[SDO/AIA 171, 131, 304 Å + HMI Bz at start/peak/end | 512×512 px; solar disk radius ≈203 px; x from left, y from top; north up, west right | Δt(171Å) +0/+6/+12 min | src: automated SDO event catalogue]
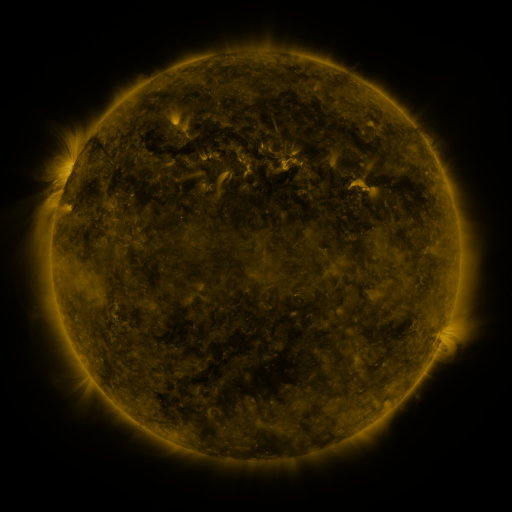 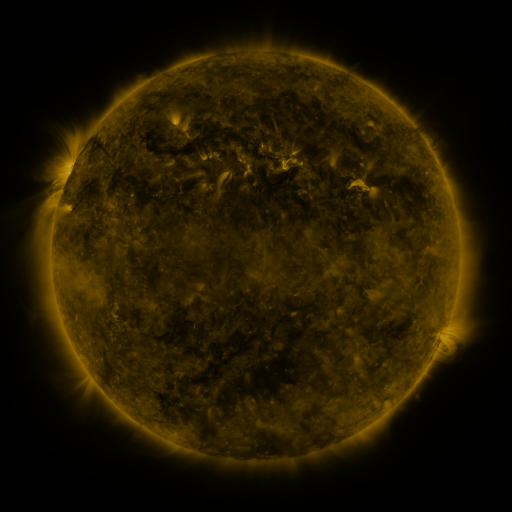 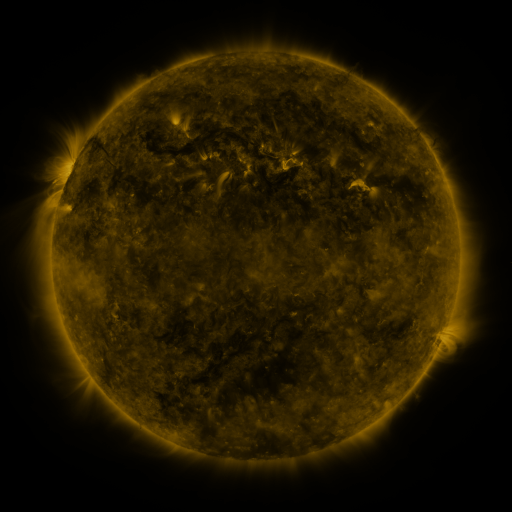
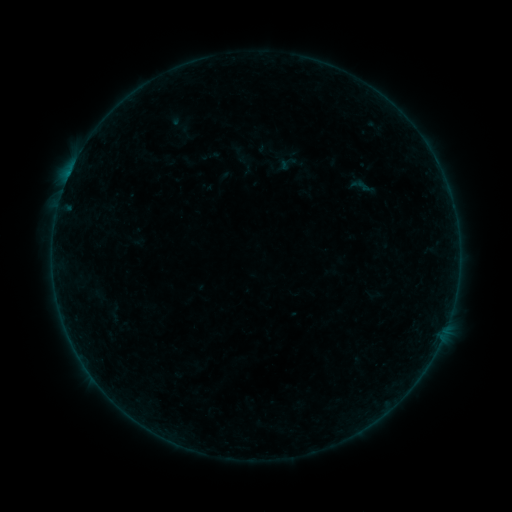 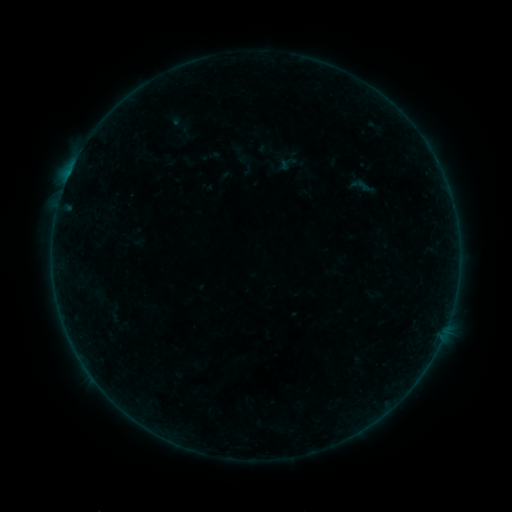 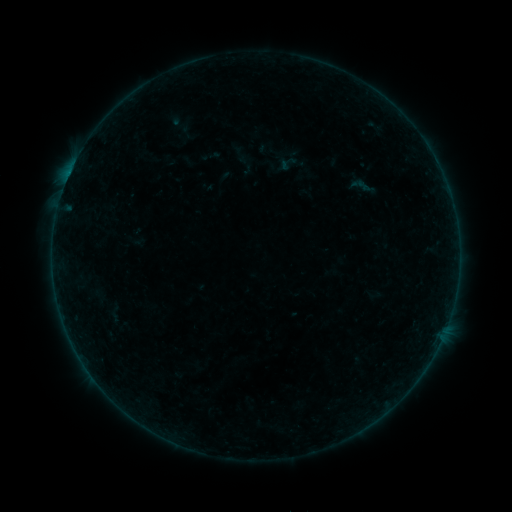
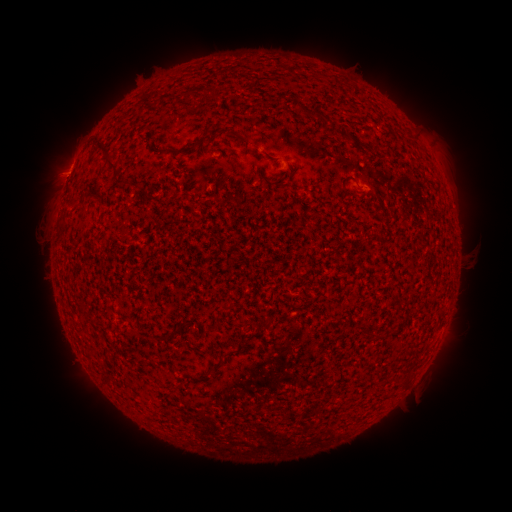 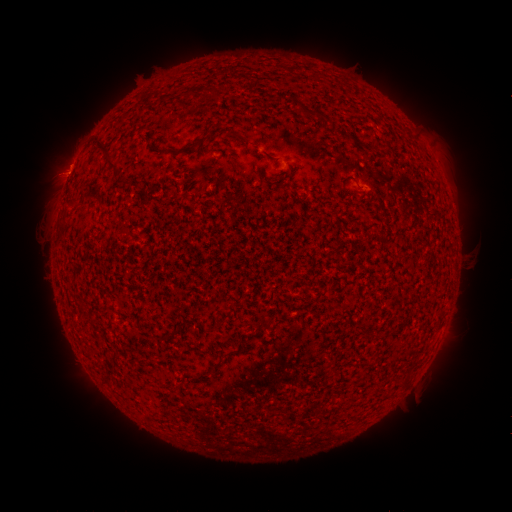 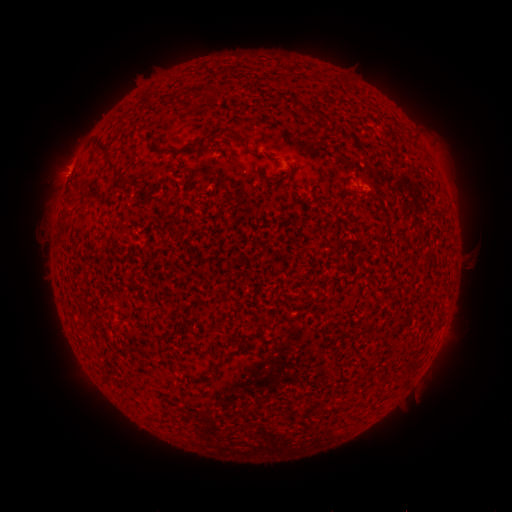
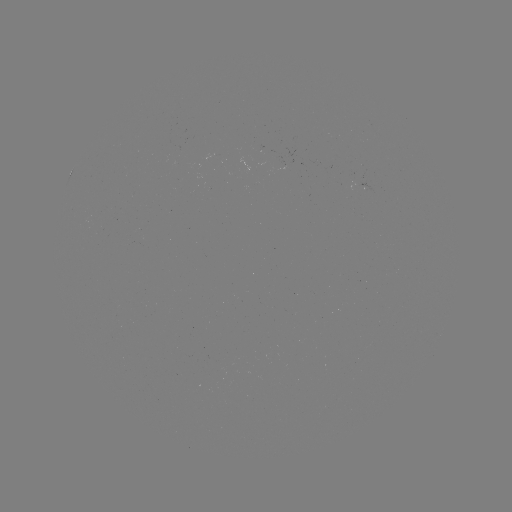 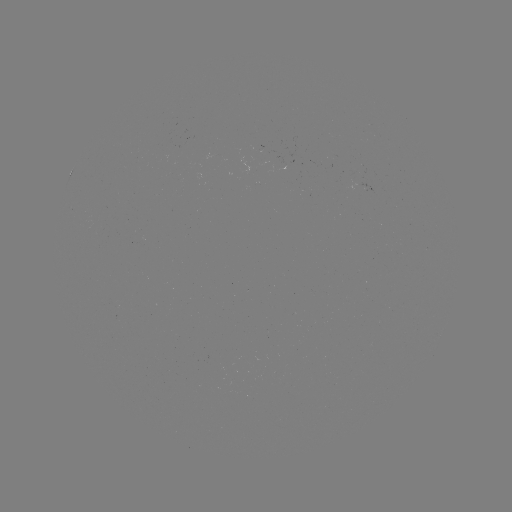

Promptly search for eruption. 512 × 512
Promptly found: [58, 166].